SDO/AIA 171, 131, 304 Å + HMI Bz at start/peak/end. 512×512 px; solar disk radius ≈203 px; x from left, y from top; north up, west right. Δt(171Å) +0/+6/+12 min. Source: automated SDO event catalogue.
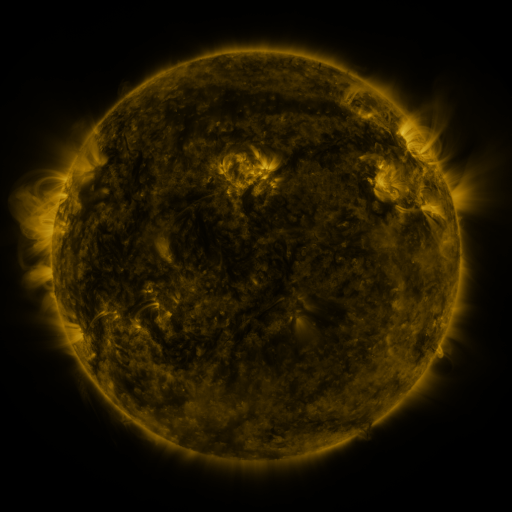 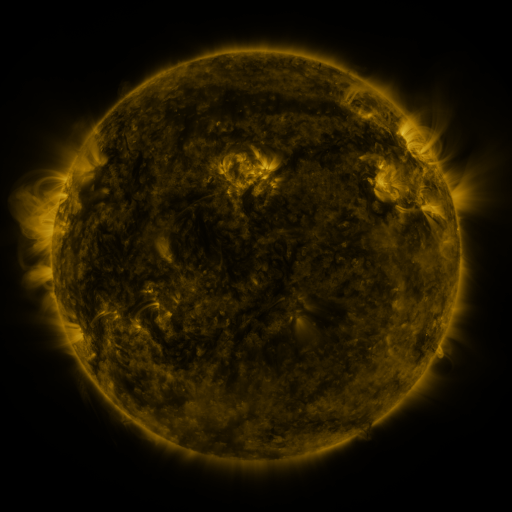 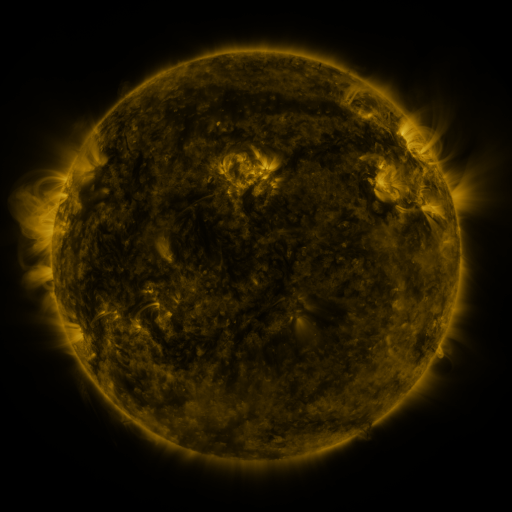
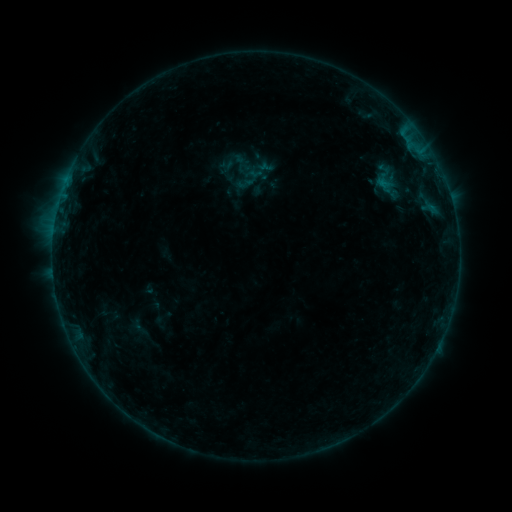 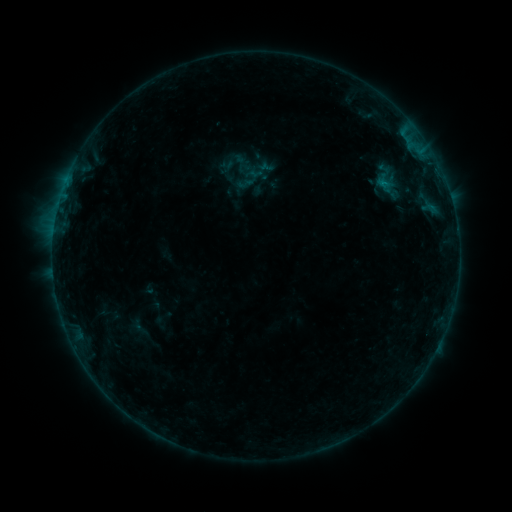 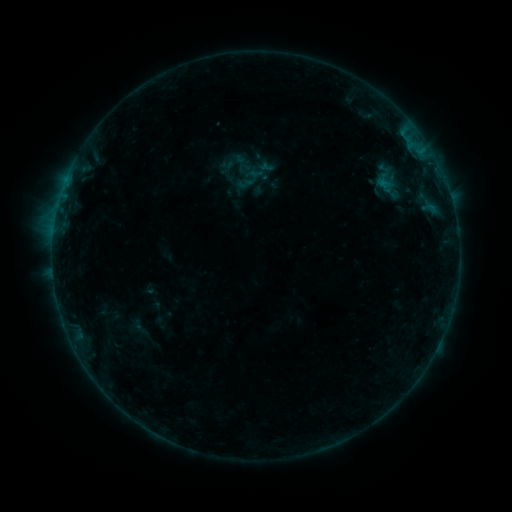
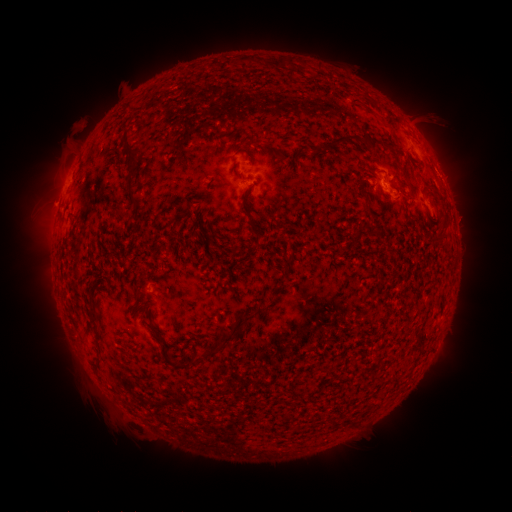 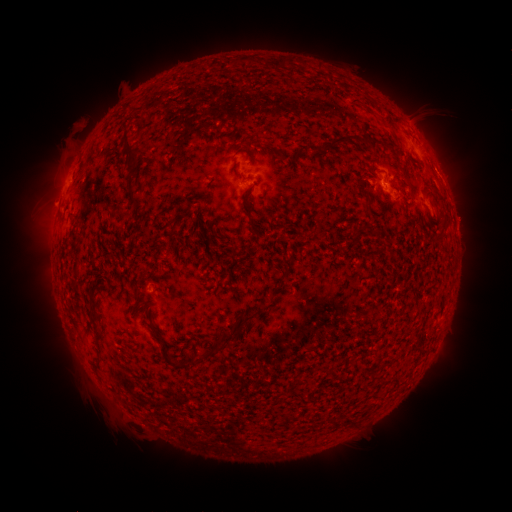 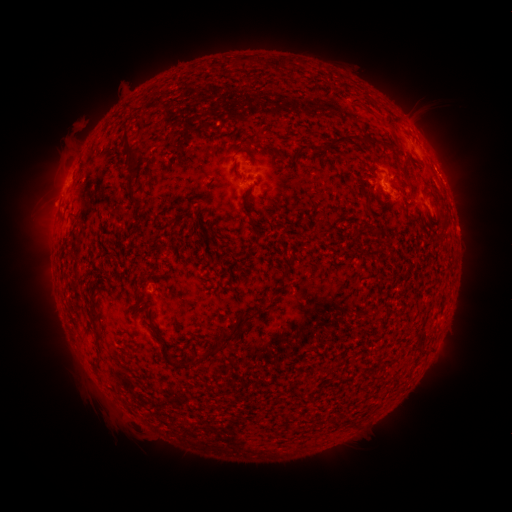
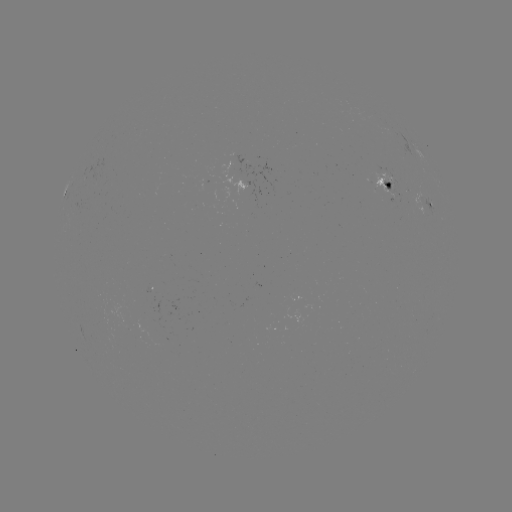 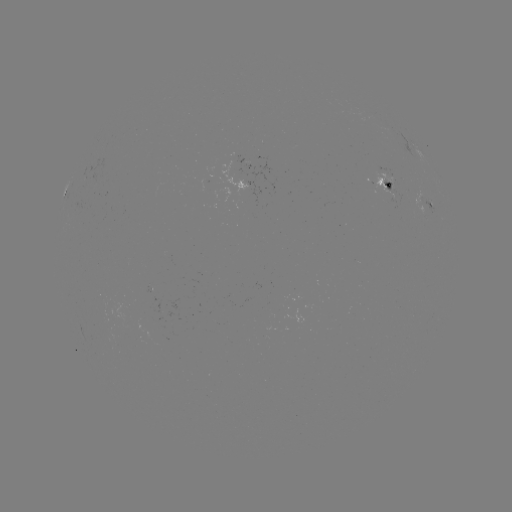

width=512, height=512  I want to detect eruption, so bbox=[442, 194, 488, 242].